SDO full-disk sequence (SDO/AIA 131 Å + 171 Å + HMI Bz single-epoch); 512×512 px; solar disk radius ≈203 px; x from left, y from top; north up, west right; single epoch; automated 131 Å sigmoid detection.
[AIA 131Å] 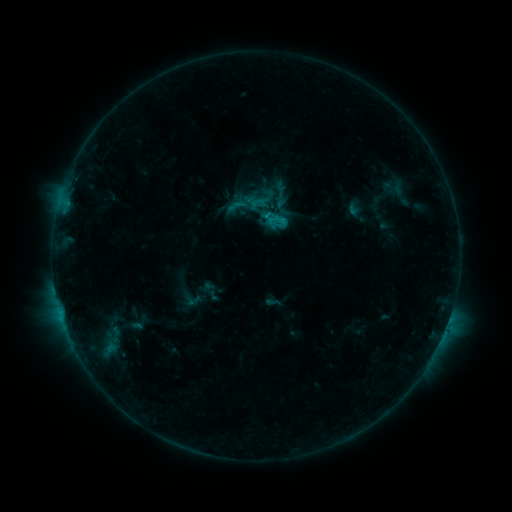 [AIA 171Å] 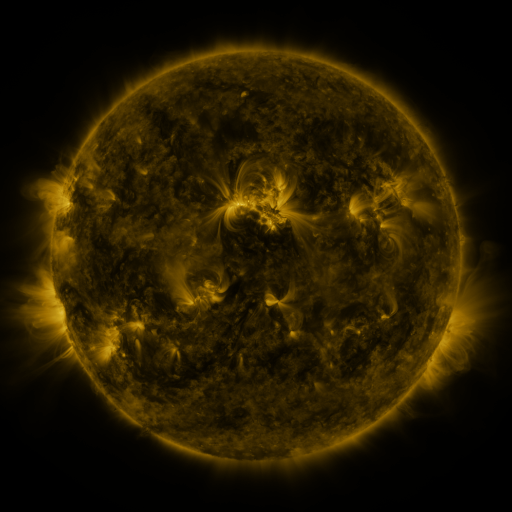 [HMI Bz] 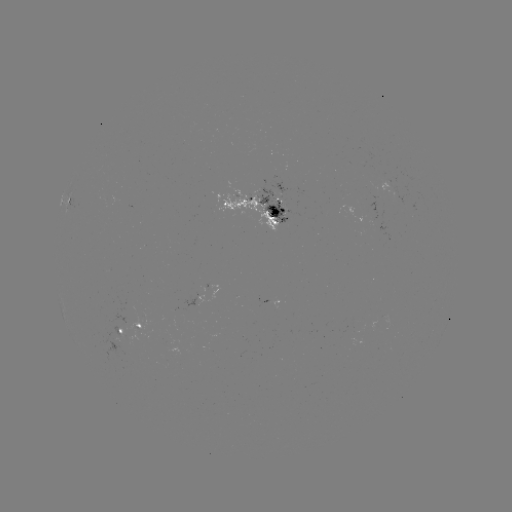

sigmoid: (226, 194, 250, 218)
